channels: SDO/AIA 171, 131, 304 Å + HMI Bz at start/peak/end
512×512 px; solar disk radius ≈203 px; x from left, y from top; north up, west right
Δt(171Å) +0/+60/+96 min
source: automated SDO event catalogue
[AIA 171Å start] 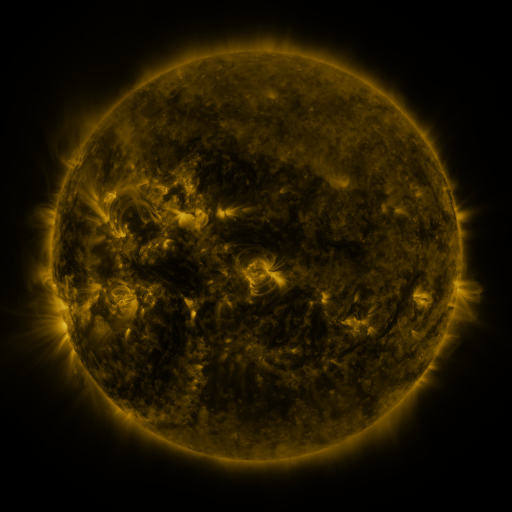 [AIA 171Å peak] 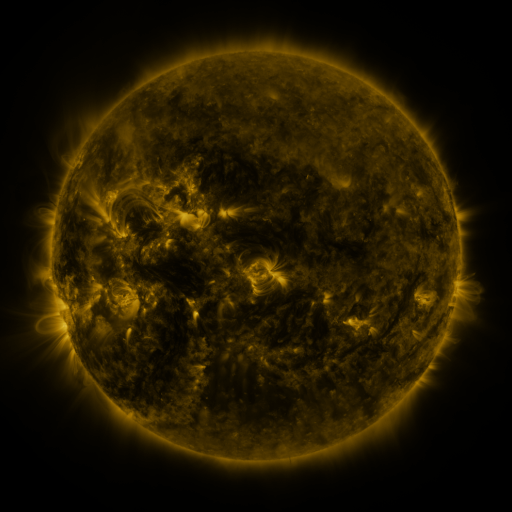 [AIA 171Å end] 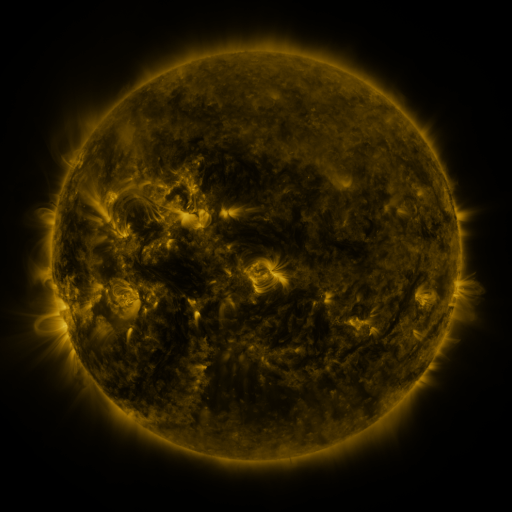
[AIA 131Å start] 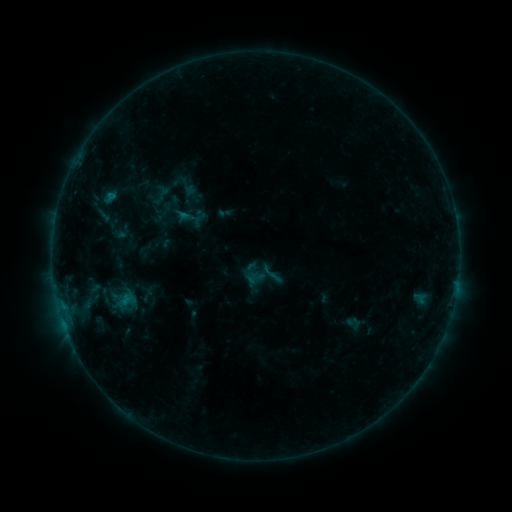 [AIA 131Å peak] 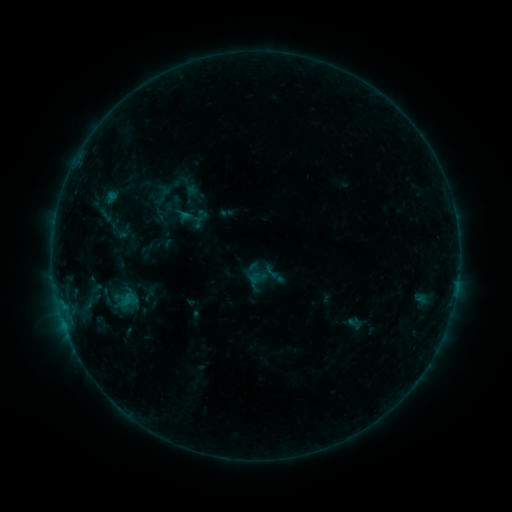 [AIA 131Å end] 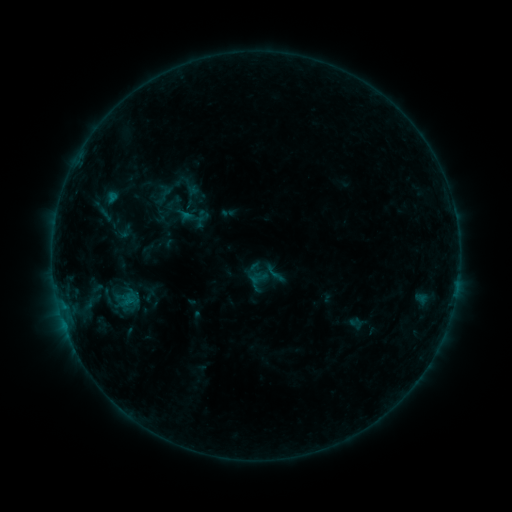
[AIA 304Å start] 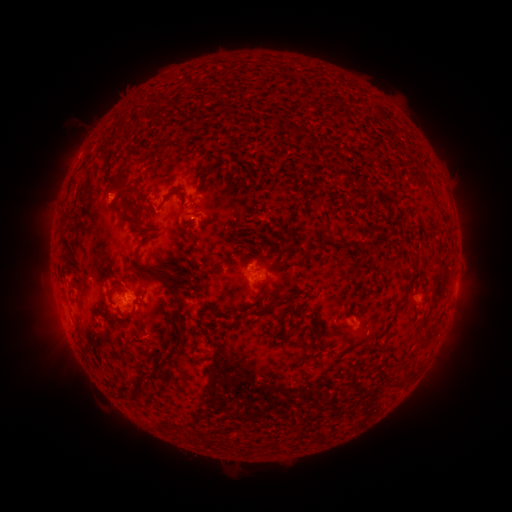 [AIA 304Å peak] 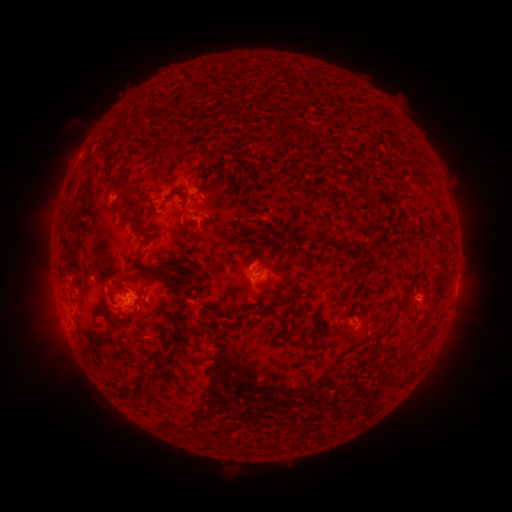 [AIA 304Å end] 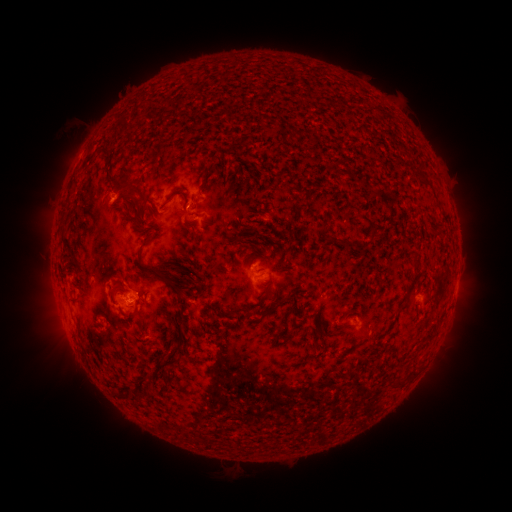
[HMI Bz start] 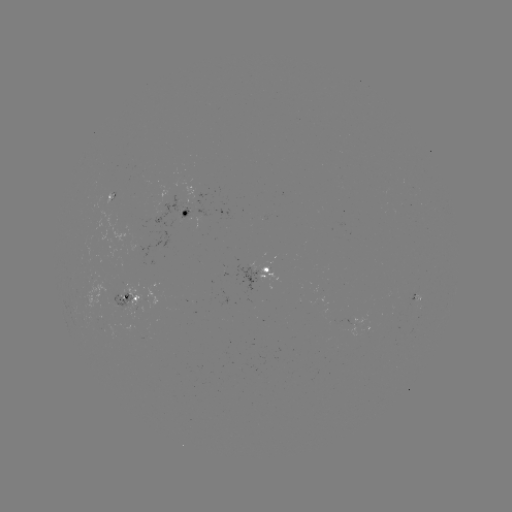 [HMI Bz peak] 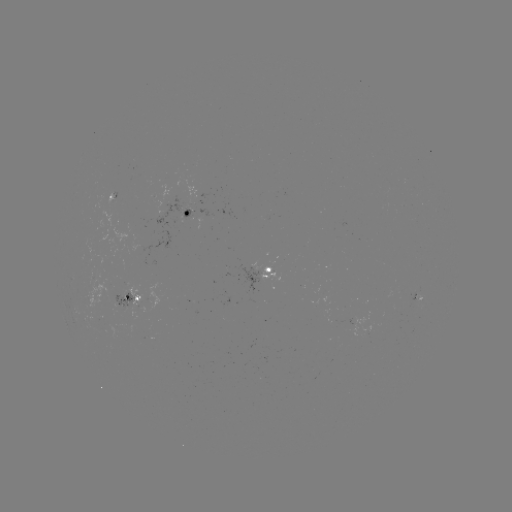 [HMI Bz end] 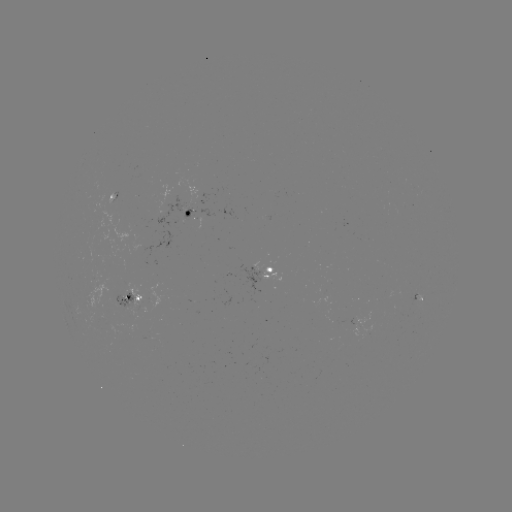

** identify emerging-flux region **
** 120,302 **